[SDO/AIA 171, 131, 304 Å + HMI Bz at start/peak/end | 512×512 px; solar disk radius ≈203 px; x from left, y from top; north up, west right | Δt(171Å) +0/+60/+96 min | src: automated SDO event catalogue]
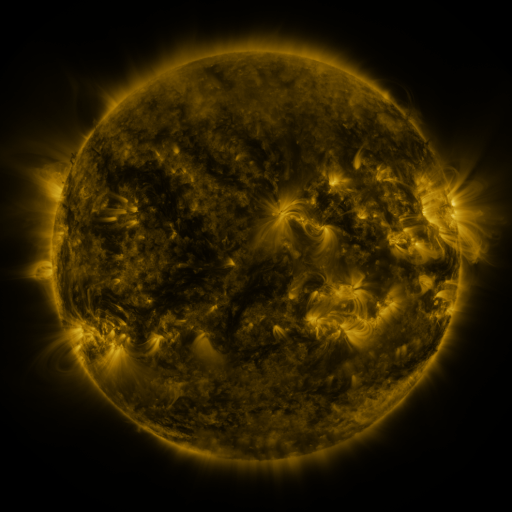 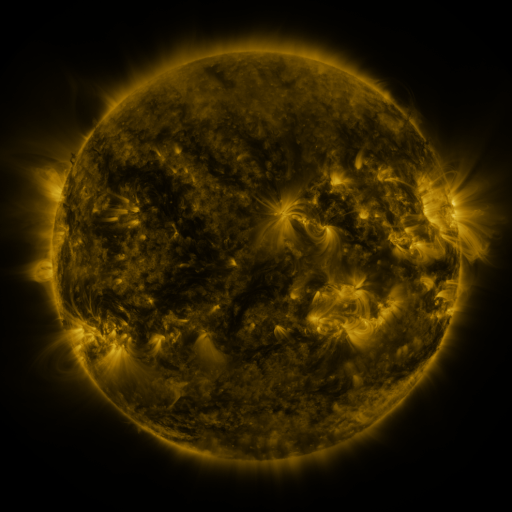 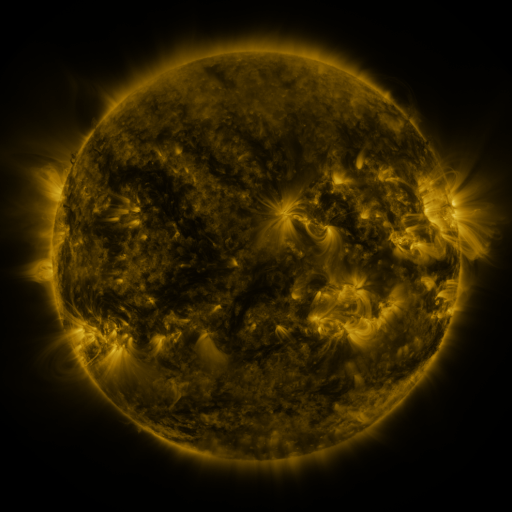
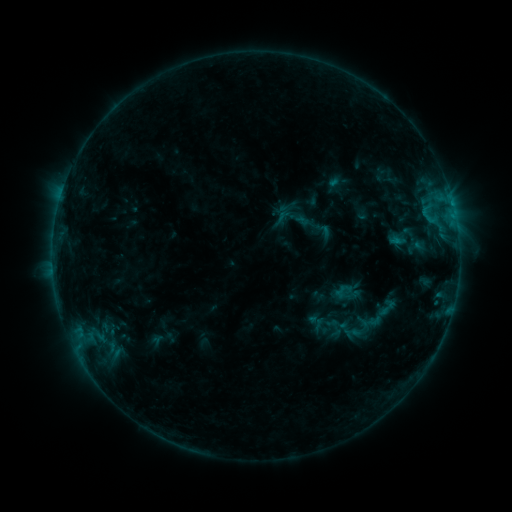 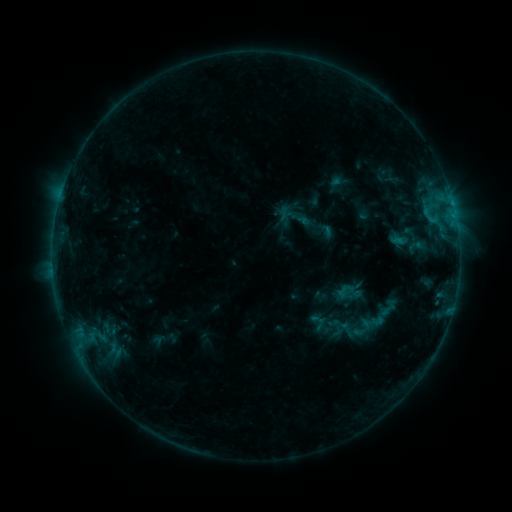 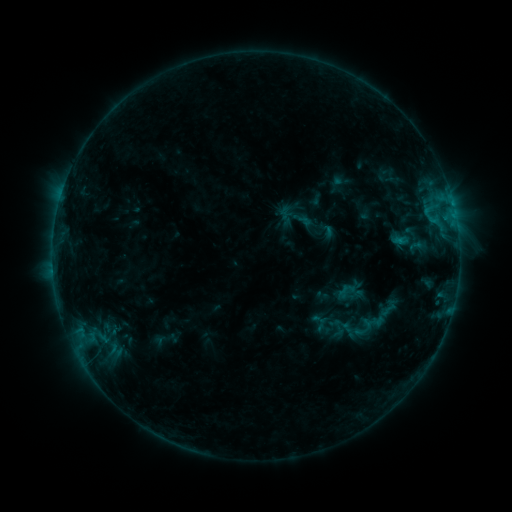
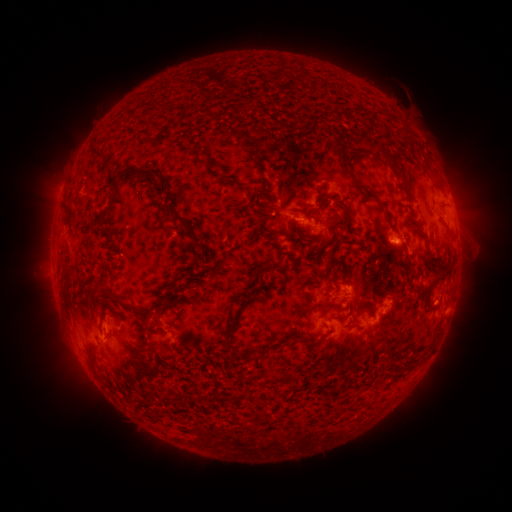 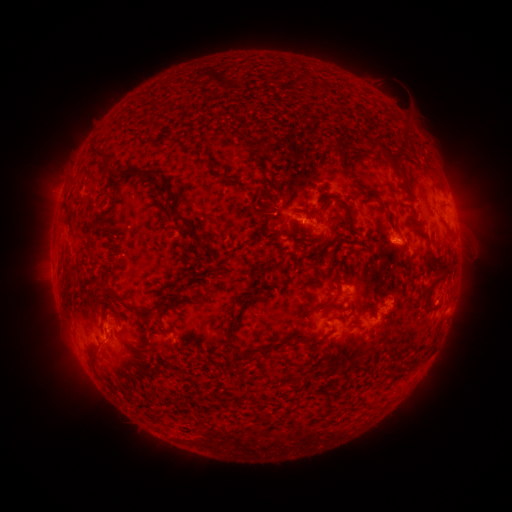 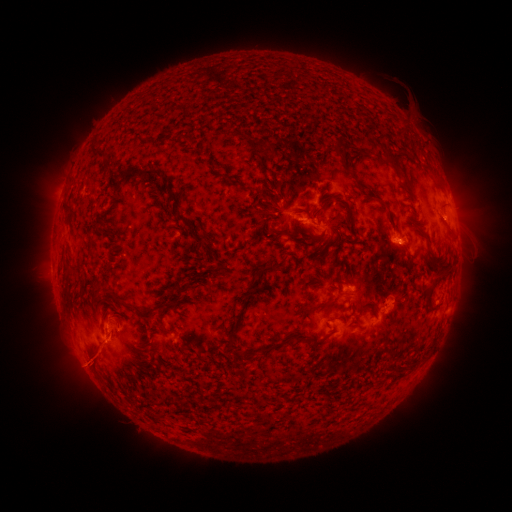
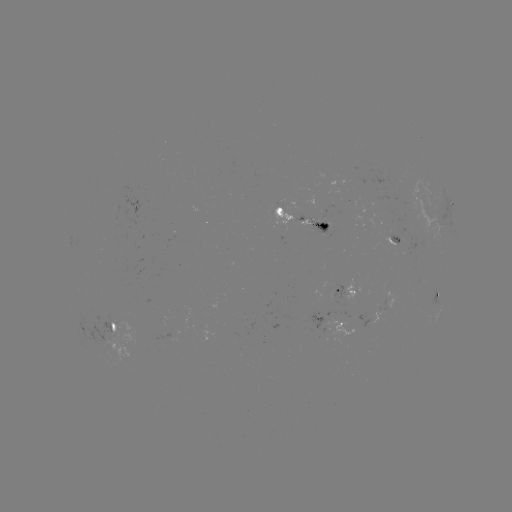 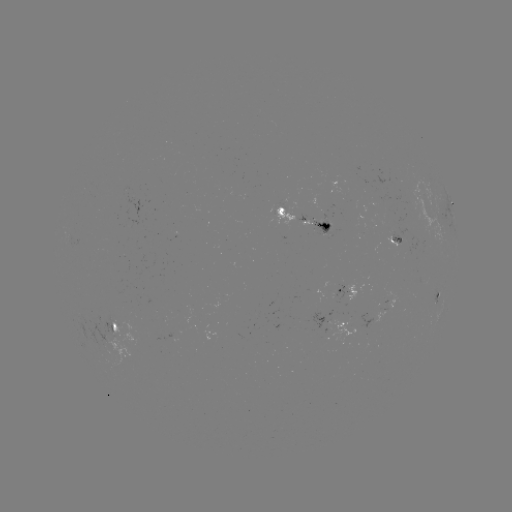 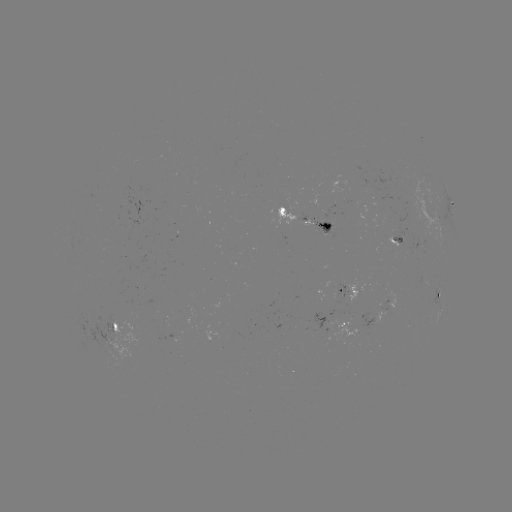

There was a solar emerging-flux region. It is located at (327, 223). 